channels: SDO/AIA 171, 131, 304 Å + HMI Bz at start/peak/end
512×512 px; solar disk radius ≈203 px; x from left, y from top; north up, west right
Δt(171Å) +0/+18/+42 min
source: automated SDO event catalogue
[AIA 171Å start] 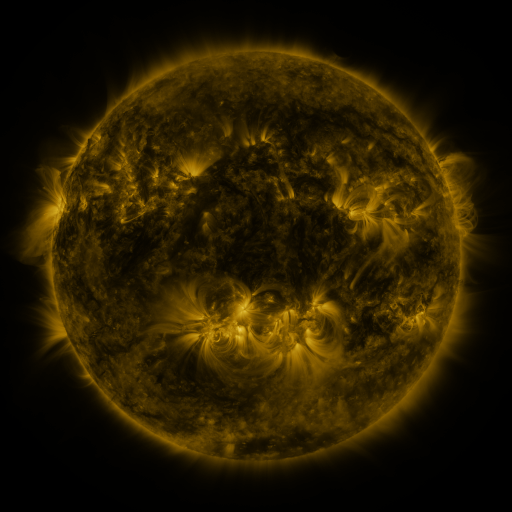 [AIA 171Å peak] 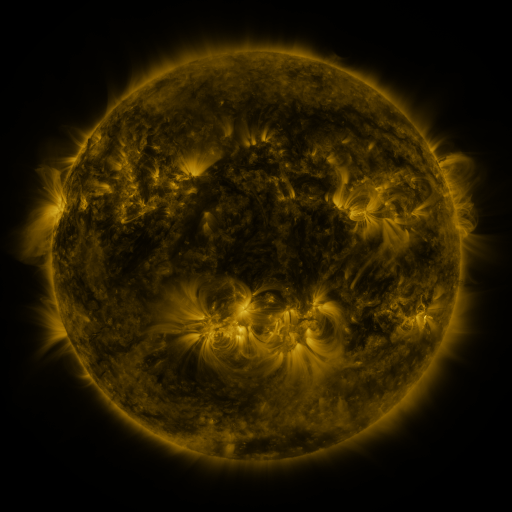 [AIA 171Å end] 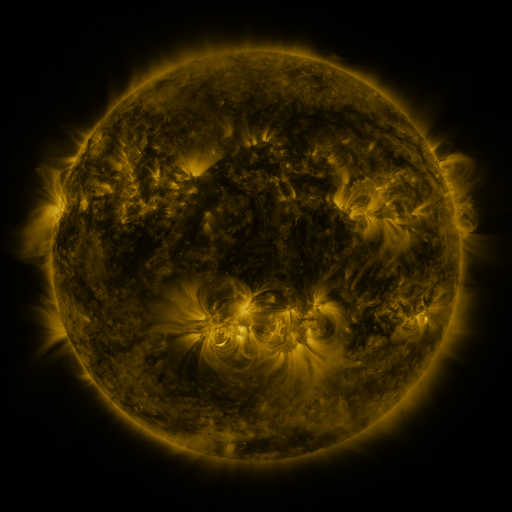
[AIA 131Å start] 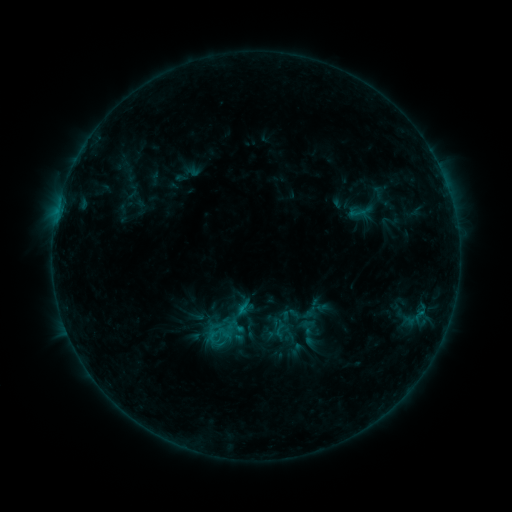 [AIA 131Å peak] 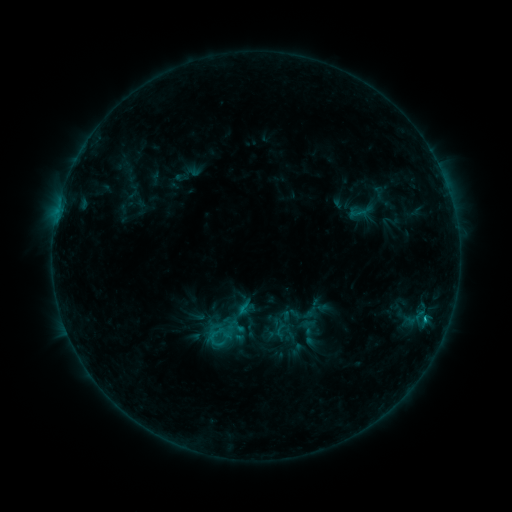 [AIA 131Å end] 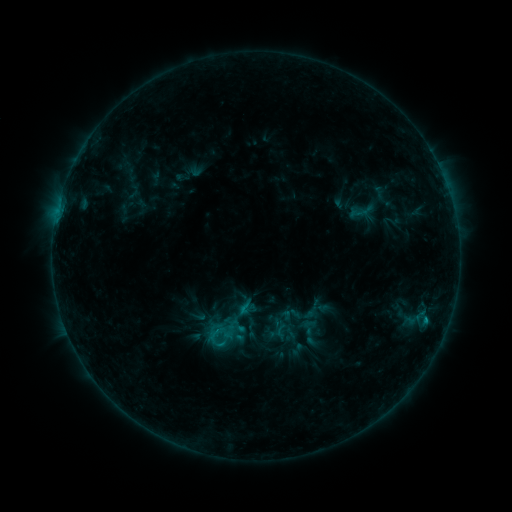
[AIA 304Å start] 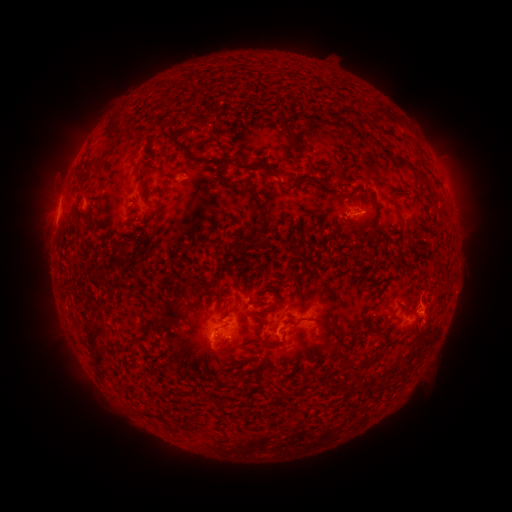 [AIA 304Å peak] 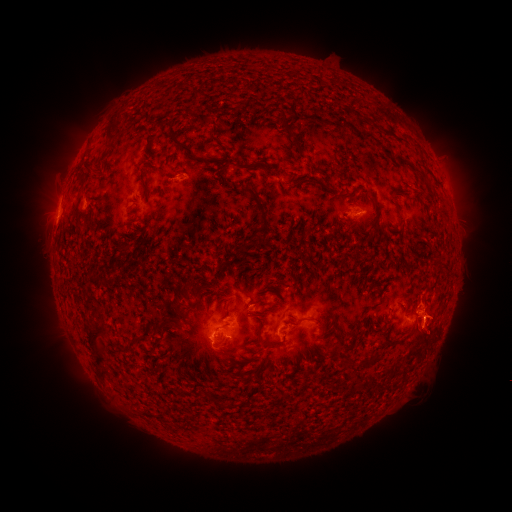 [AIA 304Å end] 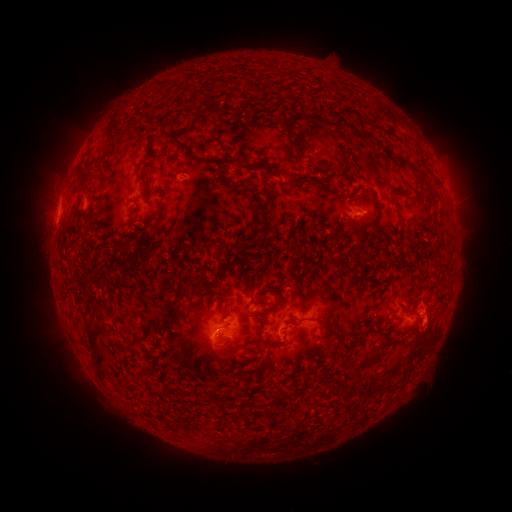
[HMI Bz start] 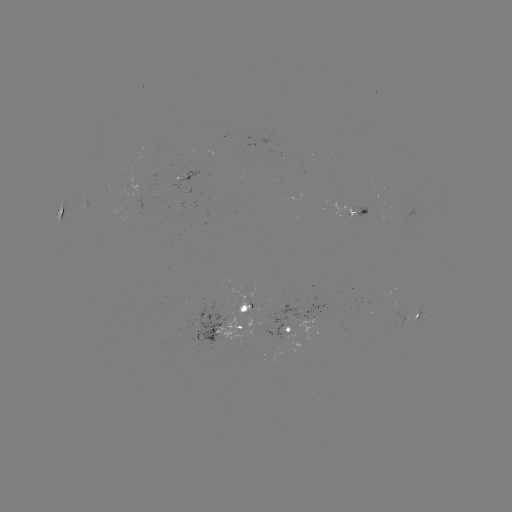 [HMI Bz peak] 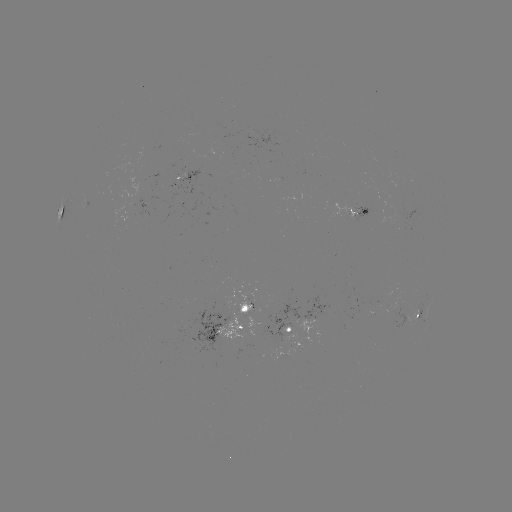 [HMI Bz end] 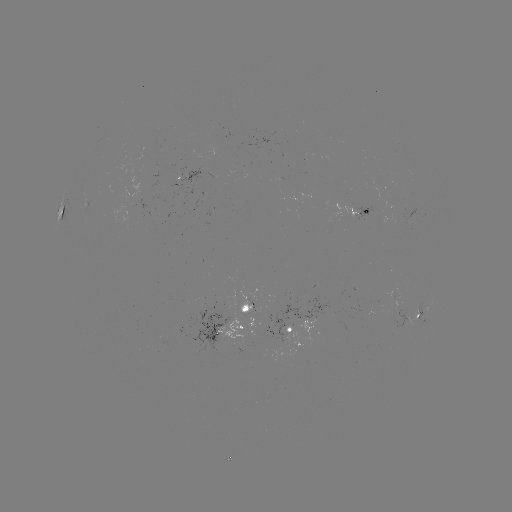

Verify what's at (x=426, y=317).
B9.3 flare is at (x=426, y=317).